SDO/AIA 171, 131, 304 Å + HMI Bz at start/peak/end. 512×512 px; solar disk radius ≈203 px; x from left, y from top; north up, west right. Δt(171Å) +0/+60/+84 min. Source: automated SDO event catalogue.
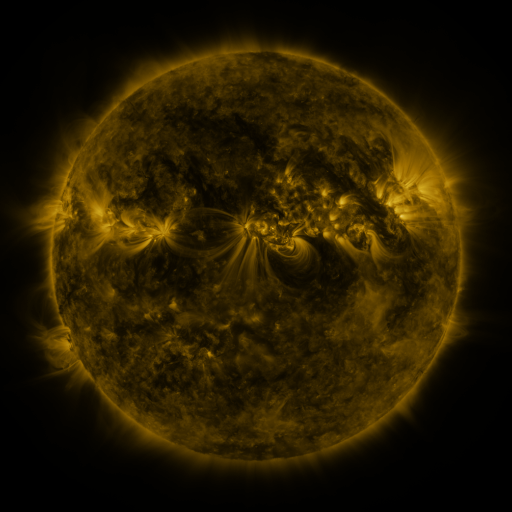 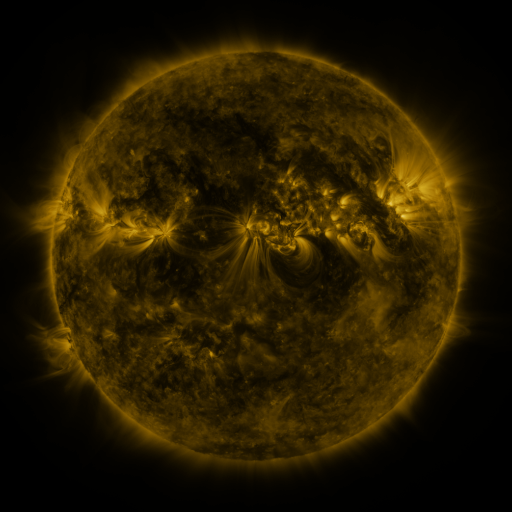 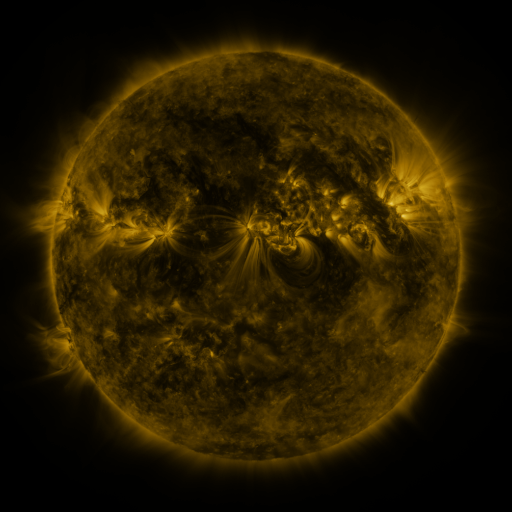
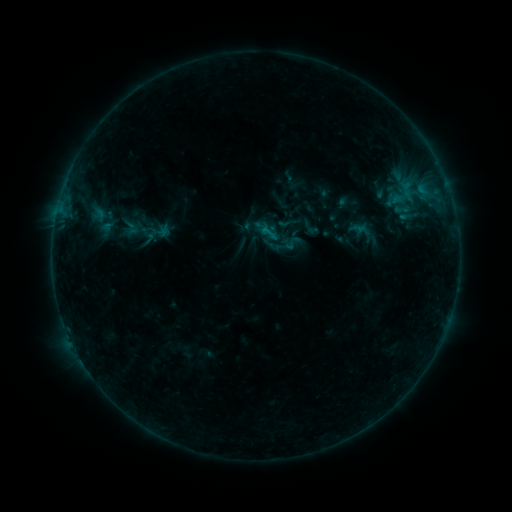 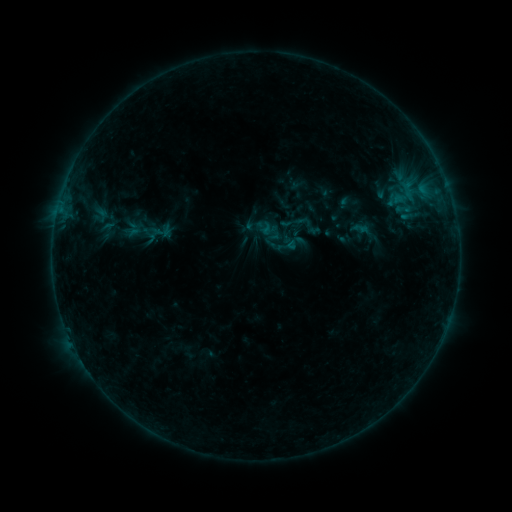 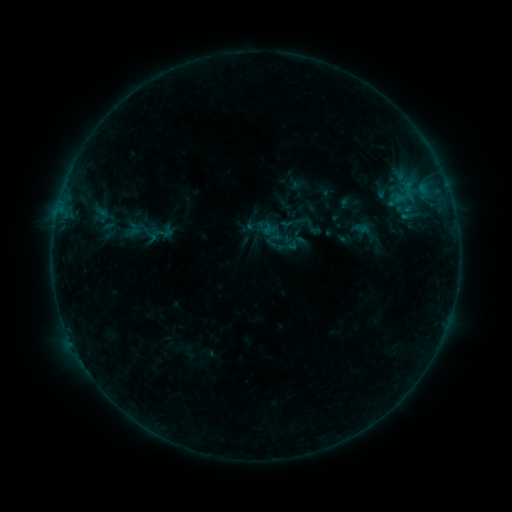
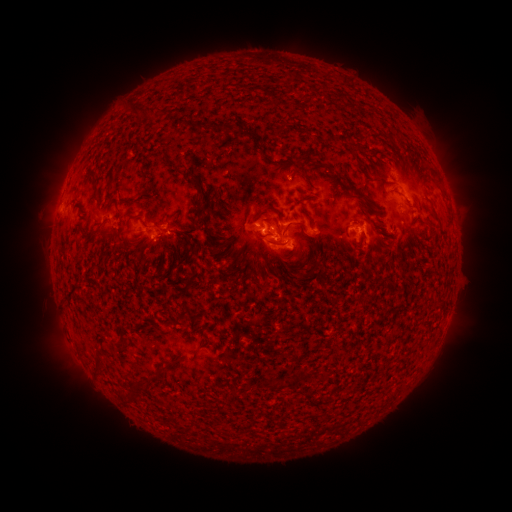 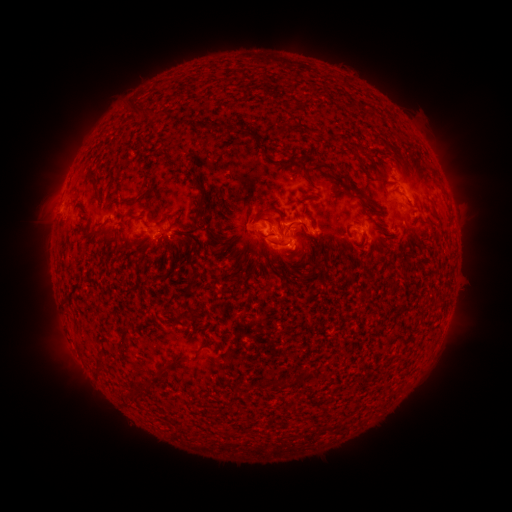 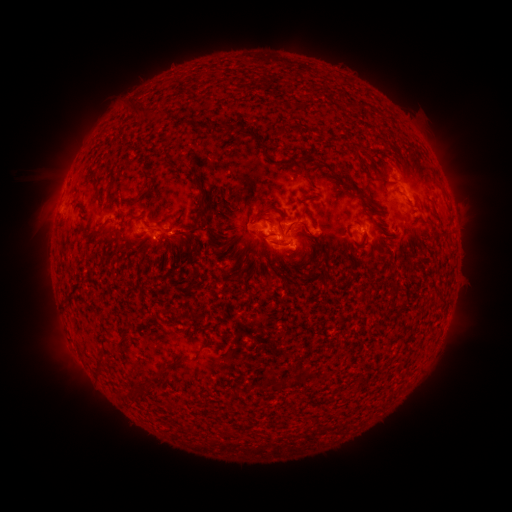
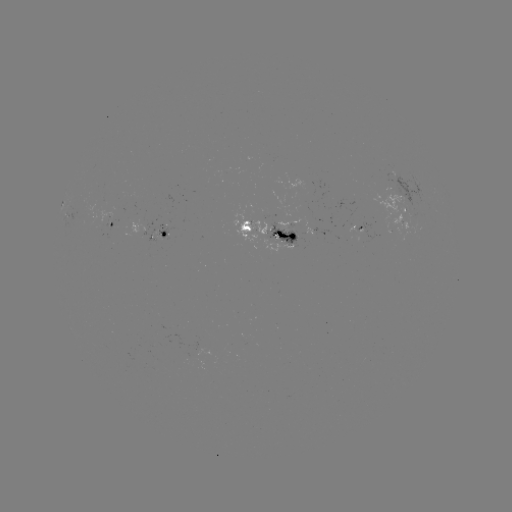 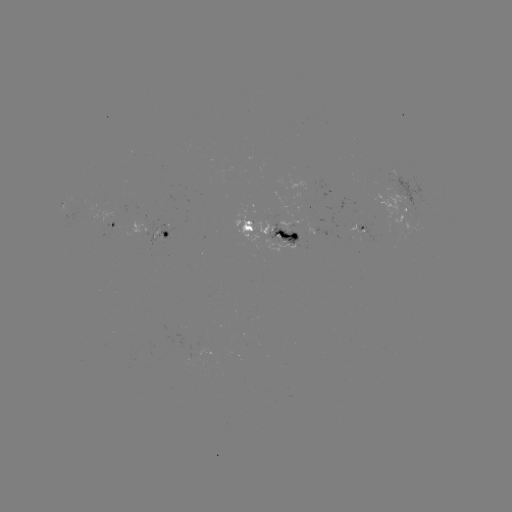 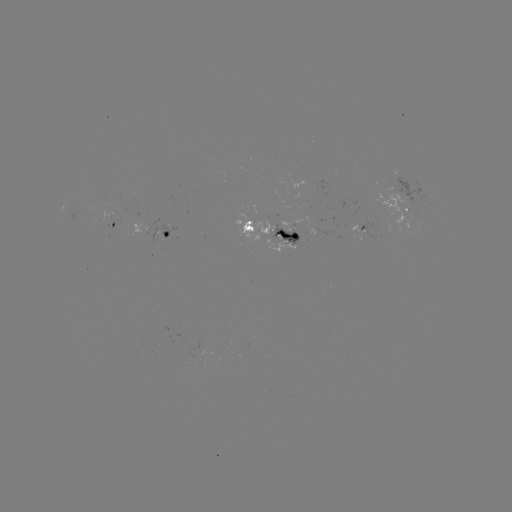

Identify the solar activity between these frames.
emerging-flux region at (285, 239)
